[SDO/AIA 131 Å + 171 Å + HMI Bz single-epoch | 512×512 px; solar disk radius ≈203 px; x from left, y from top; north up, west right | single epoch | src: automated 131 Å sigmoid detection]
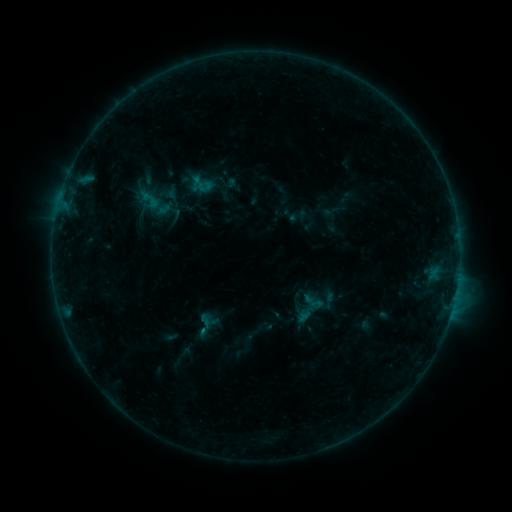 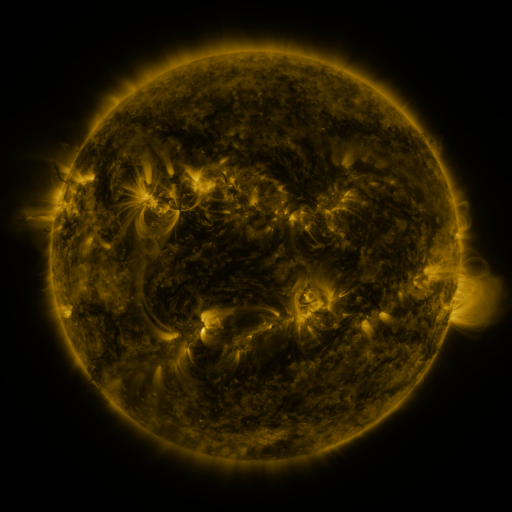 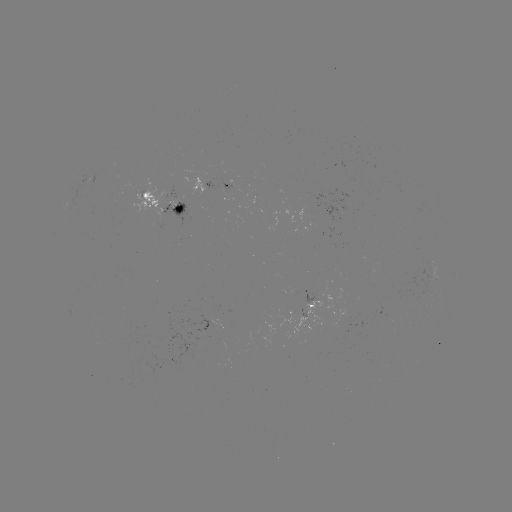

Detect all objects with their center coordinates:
sigmoid: [288, 286, 330, 327]
